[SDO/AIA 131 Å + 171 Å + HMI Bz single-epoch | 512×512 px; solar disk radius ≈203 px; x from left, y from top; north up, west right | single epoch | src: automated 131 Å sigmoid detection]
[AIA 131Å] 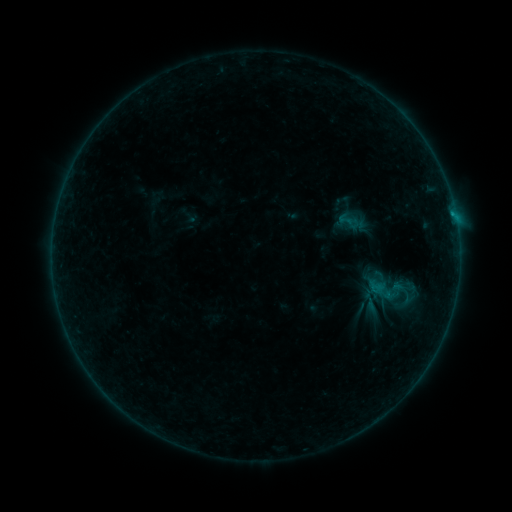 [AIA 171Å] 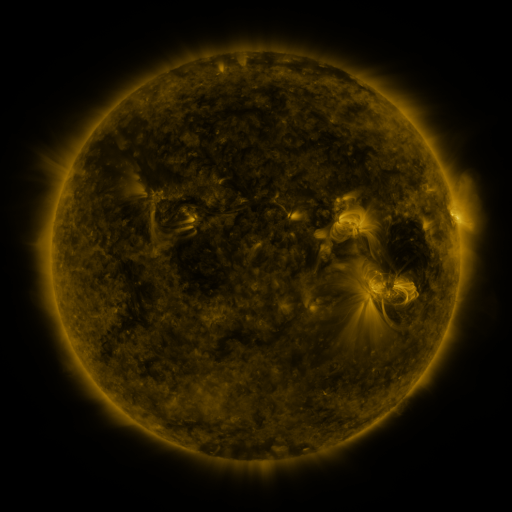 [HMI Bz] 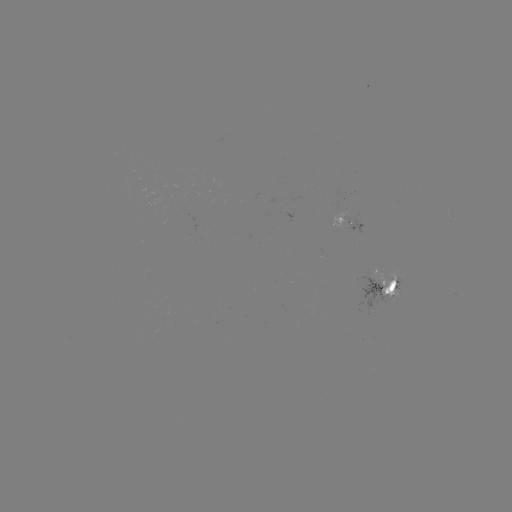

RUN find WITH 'sigmoid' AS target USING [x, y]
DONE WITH [407, 305] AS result